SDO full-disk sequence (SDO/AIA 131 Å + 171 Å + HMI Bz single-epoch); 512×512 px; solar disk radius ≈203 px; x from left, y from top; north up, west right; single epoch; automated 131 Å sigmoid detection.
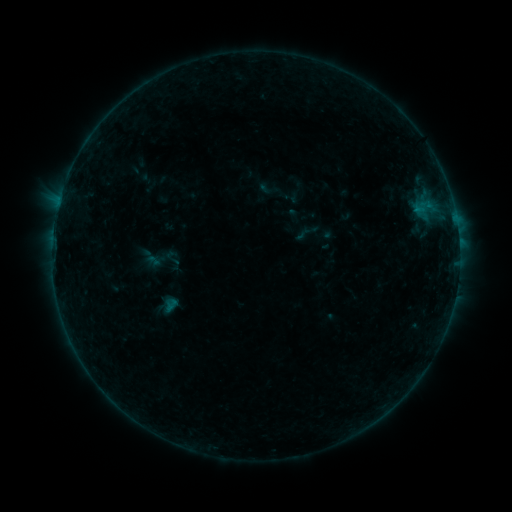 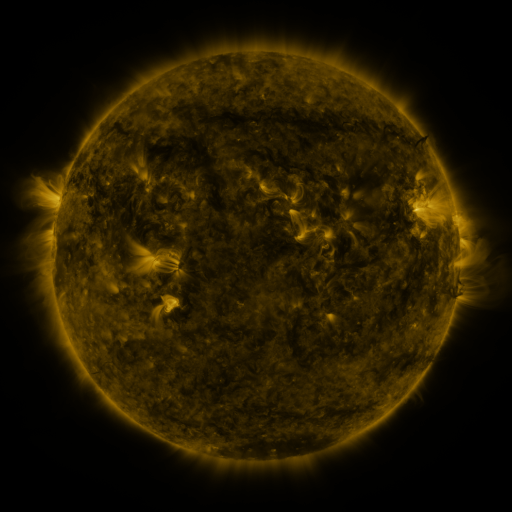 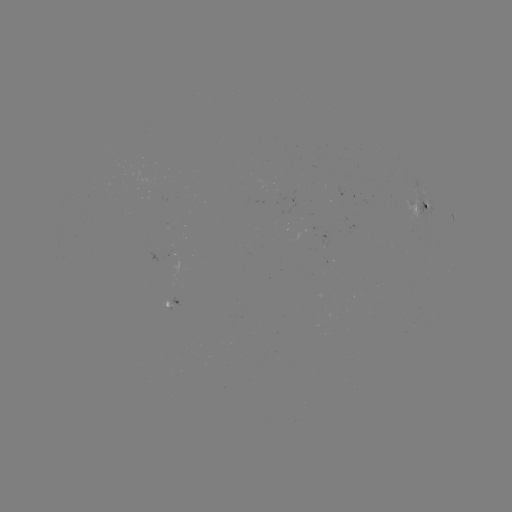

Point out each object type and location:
sigmoid: (173, 260)
